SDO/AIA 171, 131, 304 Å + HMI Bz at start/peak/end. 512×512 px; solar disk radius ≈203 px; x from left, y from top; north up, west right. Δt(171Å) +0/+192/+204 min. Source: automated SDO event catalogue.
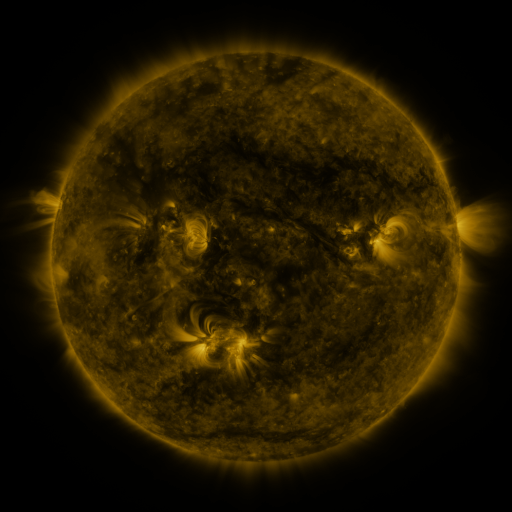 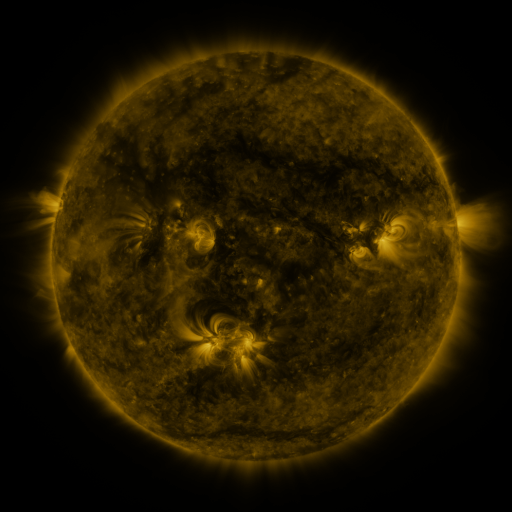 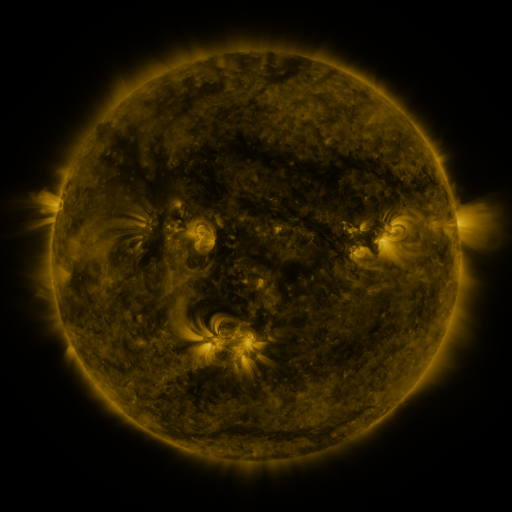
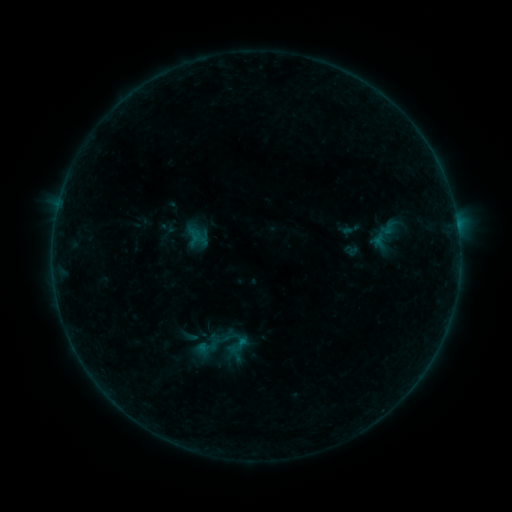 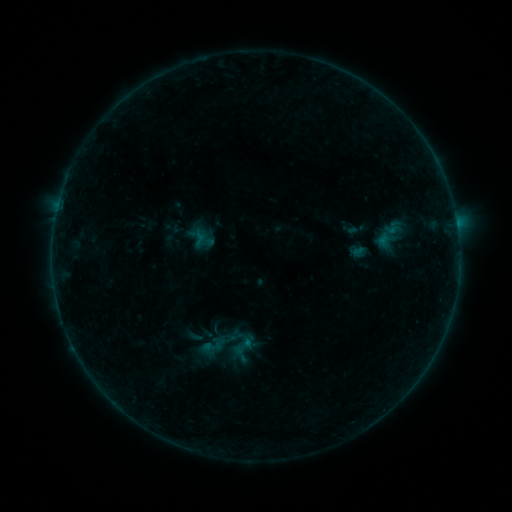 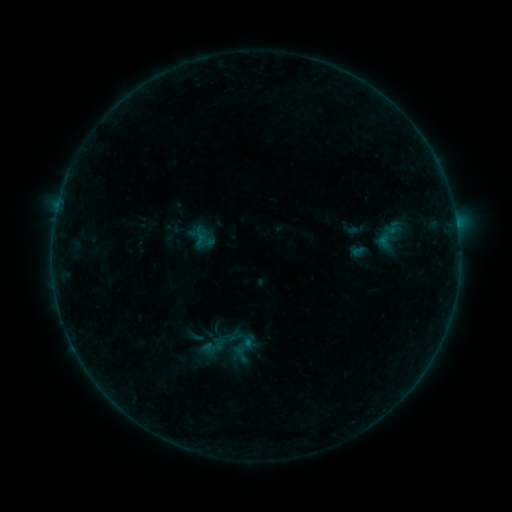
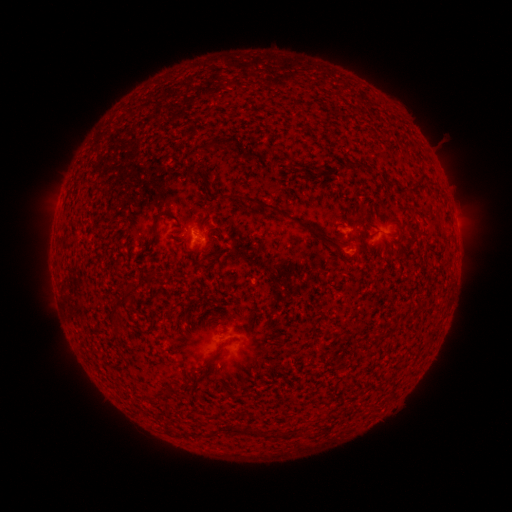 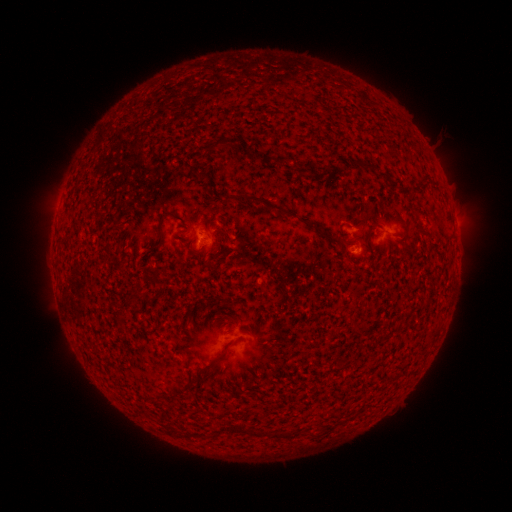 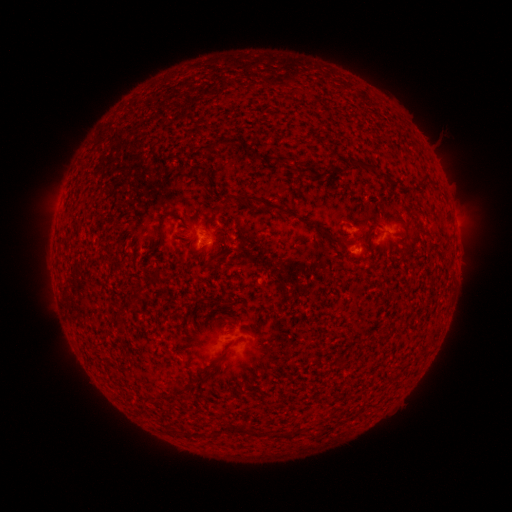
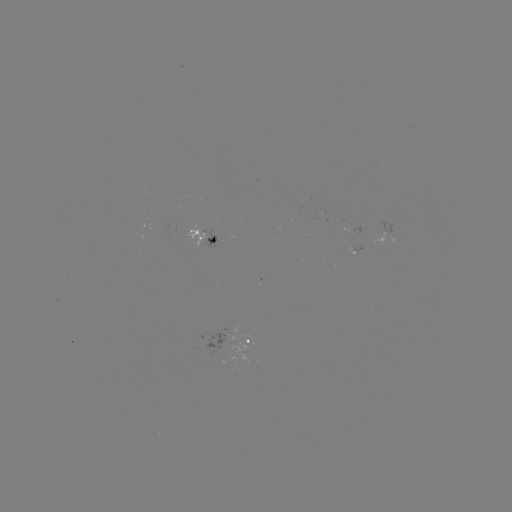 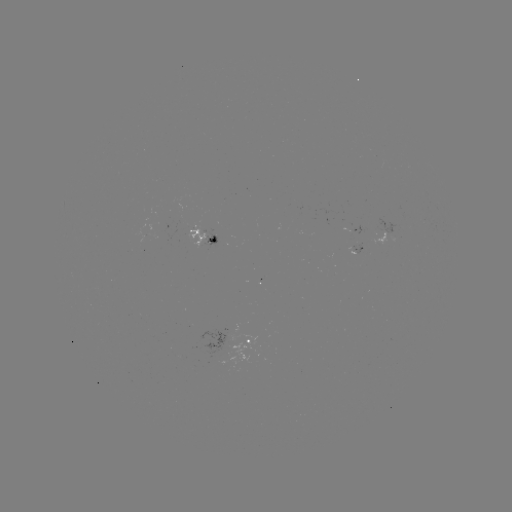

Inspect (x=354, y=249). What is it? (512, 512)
emerging-flux region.